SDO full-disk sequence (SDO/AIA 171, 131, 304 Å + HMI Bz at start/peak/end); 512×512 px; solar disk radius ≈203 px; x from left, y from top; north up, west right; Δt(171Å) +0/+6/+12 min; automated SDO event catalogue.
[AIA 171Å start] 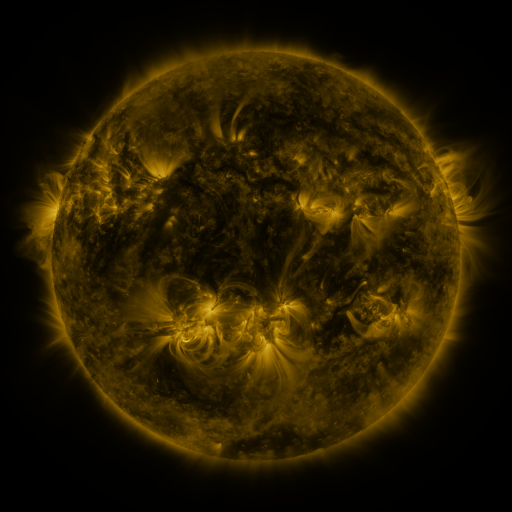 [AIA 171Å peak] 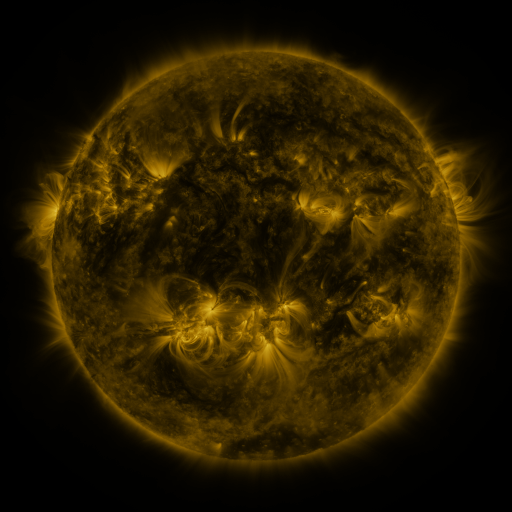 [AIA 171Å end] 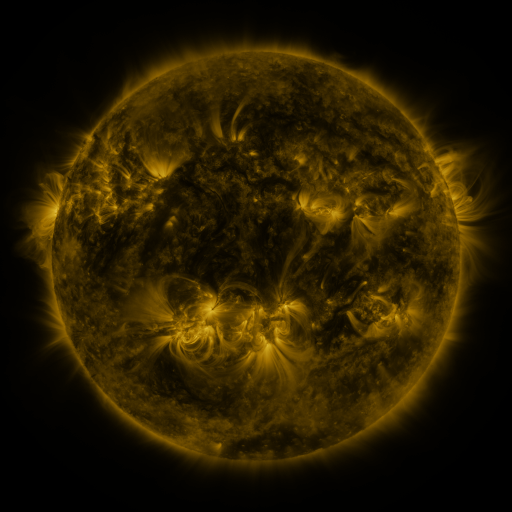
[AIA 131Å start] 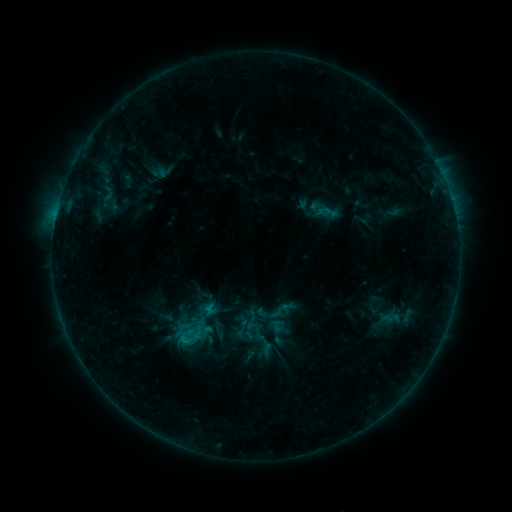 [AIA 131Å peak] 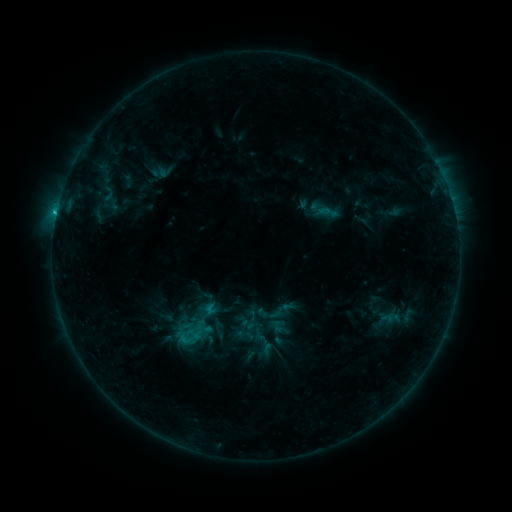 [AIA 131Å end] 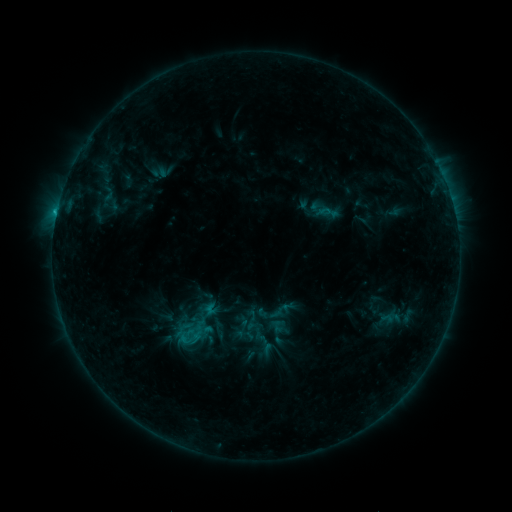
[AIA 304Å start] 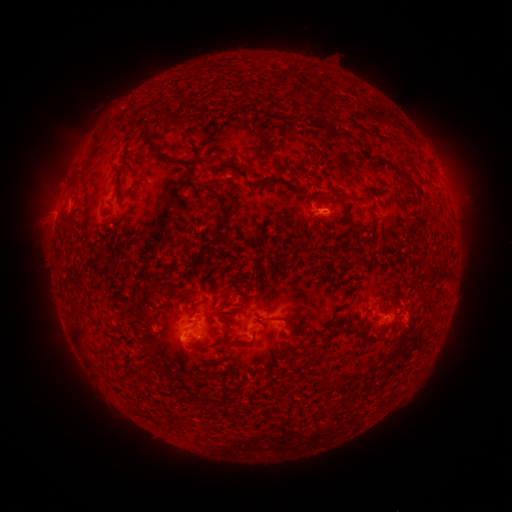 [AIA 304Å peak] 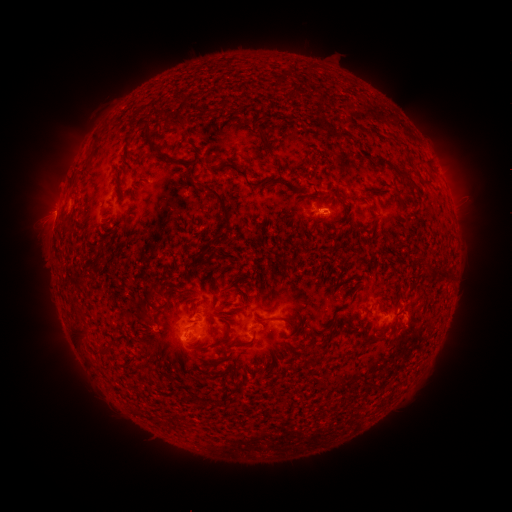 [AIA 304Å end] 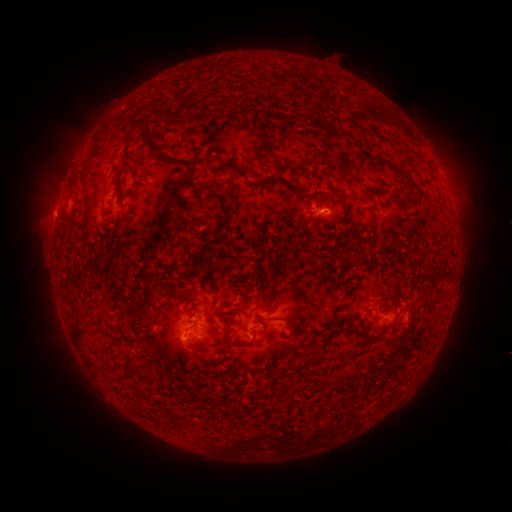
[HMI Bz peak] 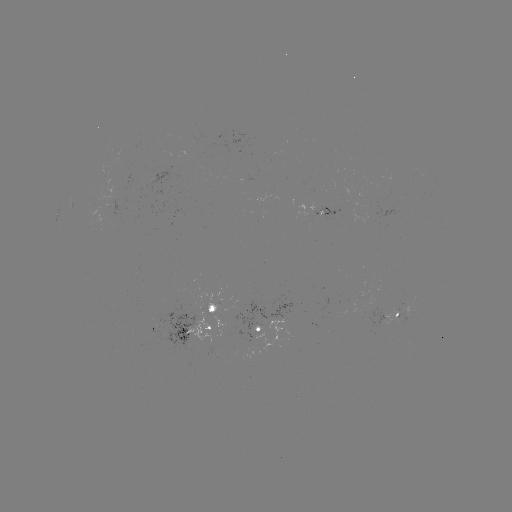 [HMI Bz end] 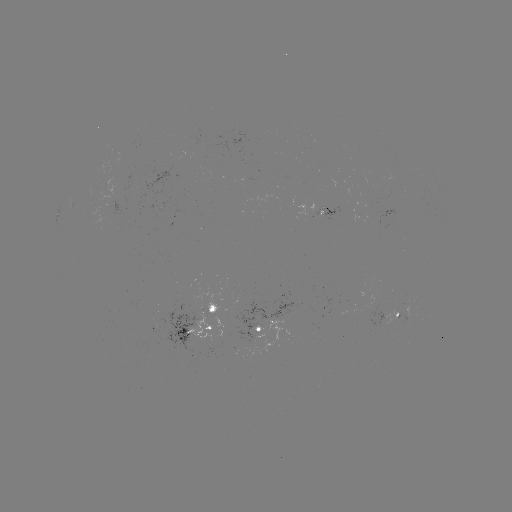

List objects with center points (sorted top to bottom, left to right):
B8.4 flare: (57, 213)
